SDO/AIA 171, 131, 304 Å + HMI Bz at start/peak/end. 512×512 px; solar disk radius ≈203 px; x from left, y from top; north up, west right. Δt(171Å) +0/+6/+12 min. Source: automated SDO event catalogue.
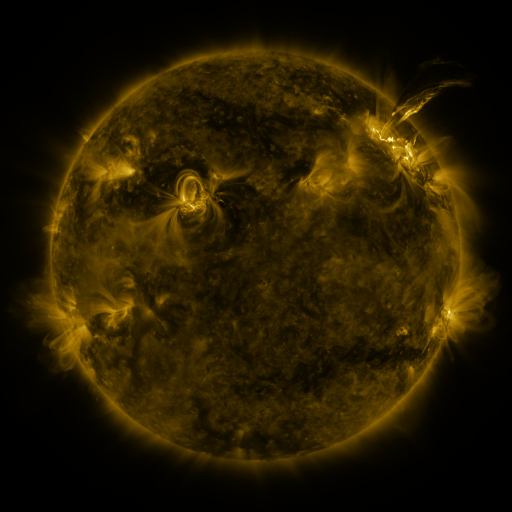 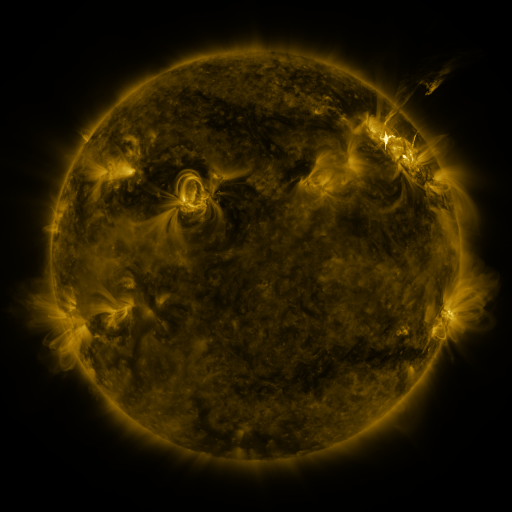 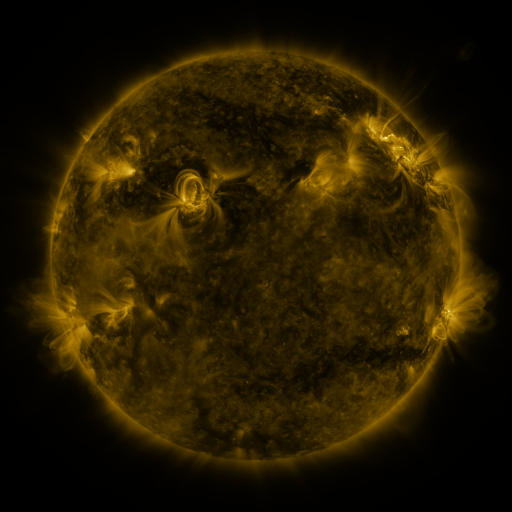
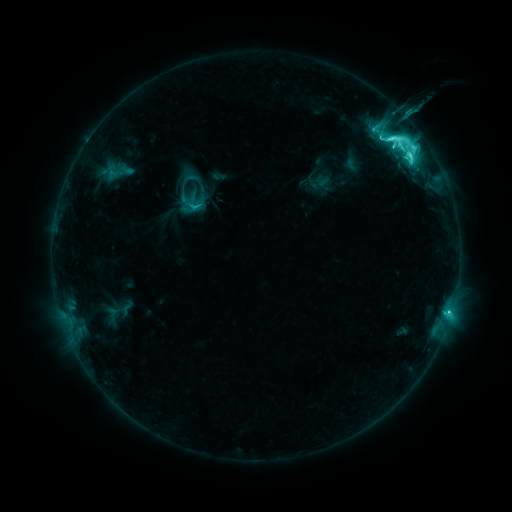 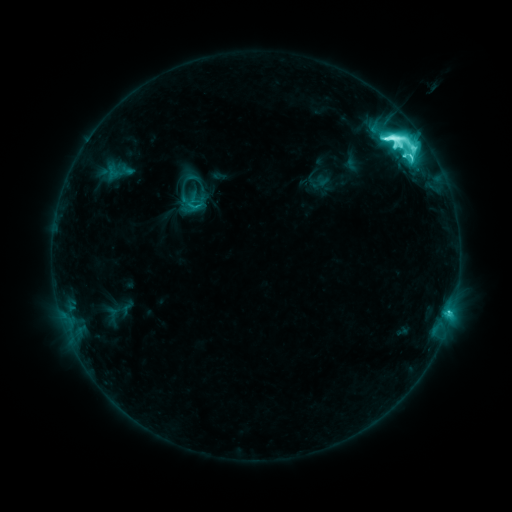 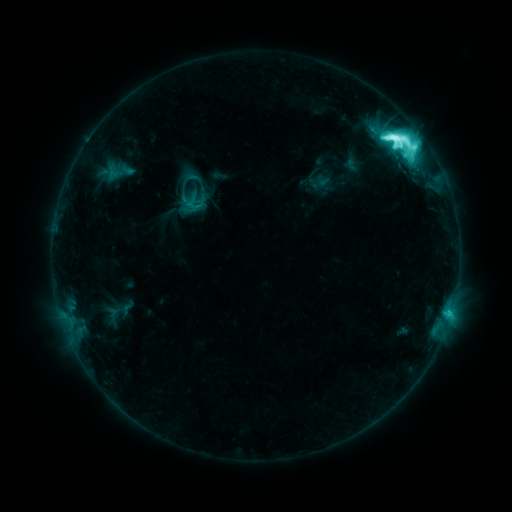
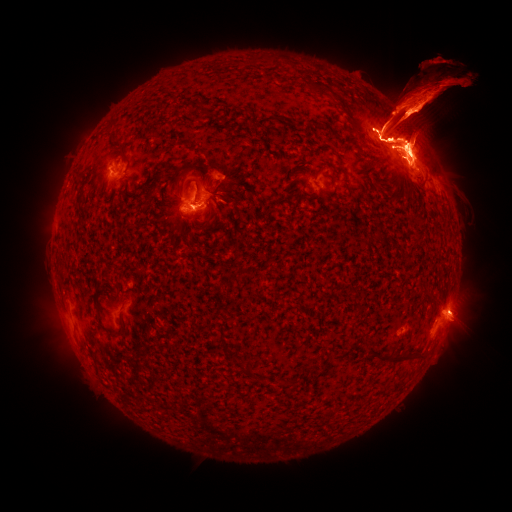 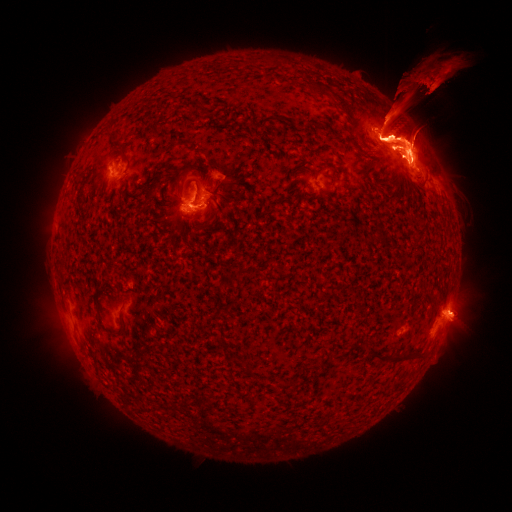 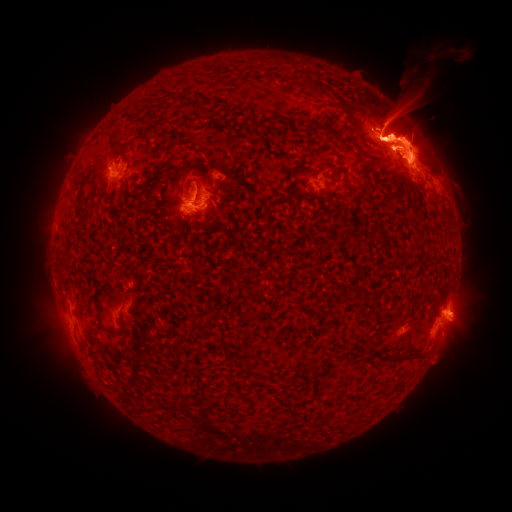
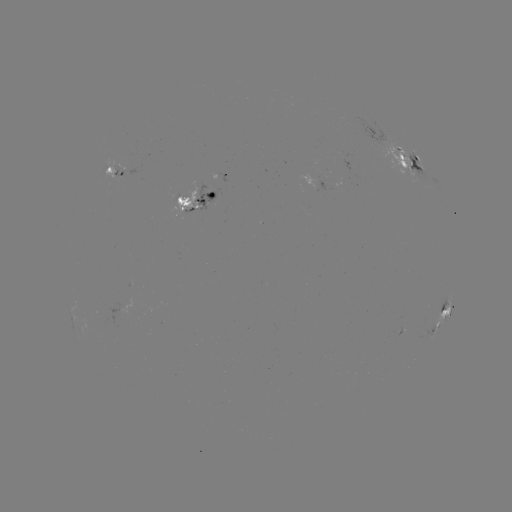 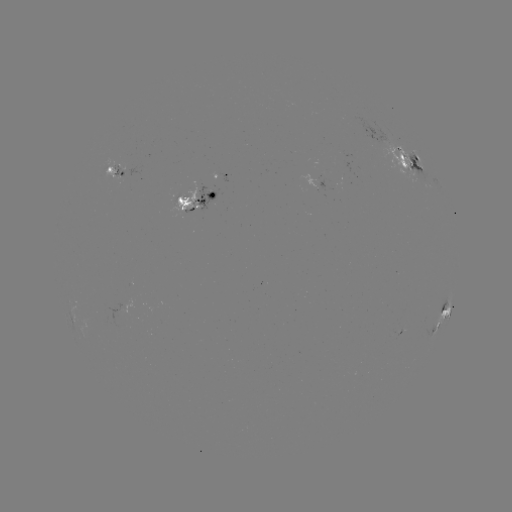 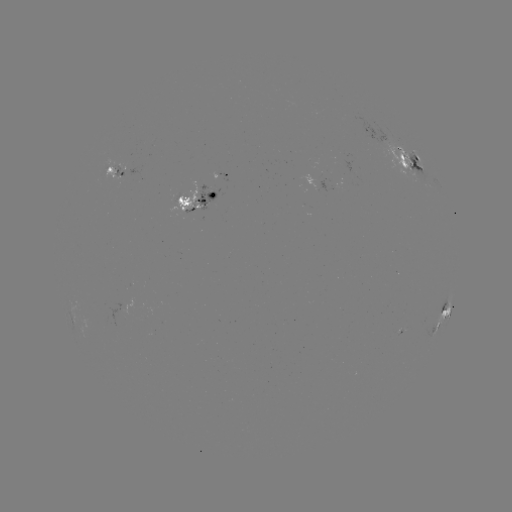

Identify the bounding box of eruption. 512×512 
[18, 174, 62, 258].